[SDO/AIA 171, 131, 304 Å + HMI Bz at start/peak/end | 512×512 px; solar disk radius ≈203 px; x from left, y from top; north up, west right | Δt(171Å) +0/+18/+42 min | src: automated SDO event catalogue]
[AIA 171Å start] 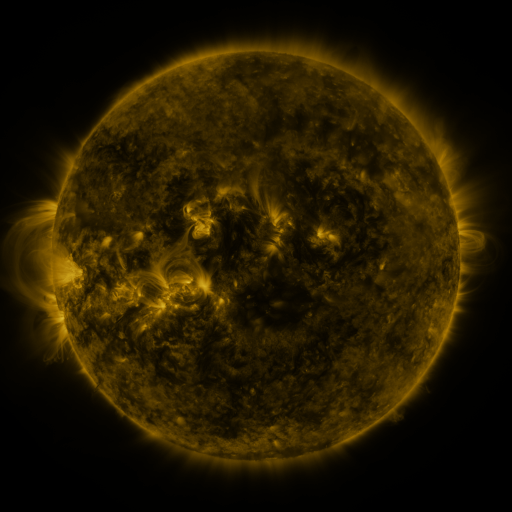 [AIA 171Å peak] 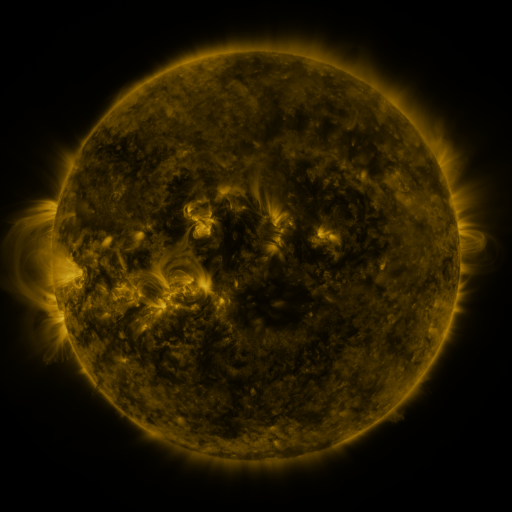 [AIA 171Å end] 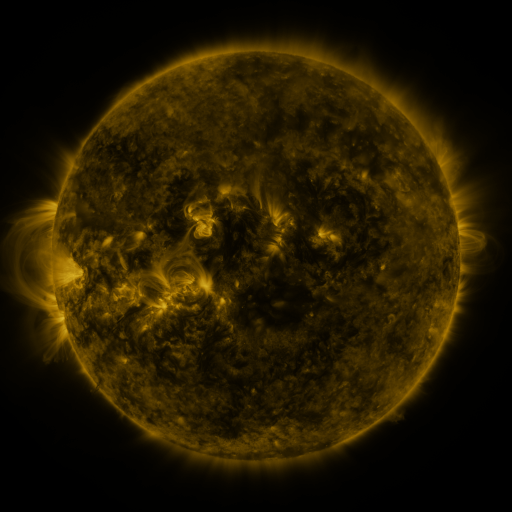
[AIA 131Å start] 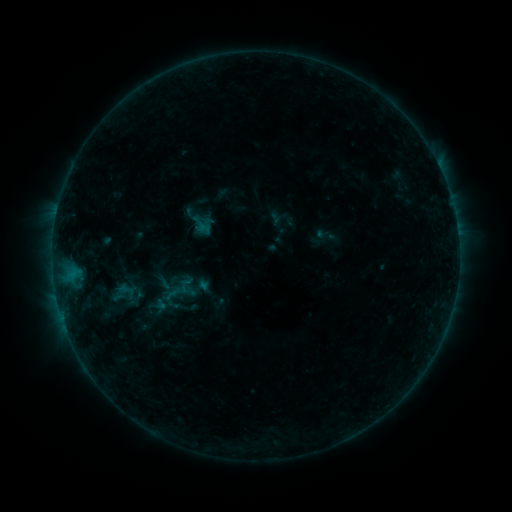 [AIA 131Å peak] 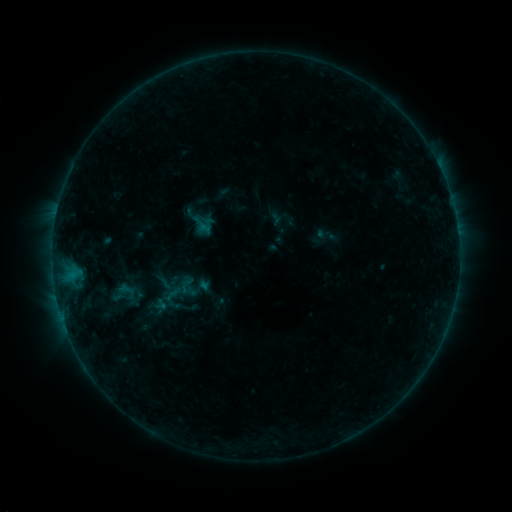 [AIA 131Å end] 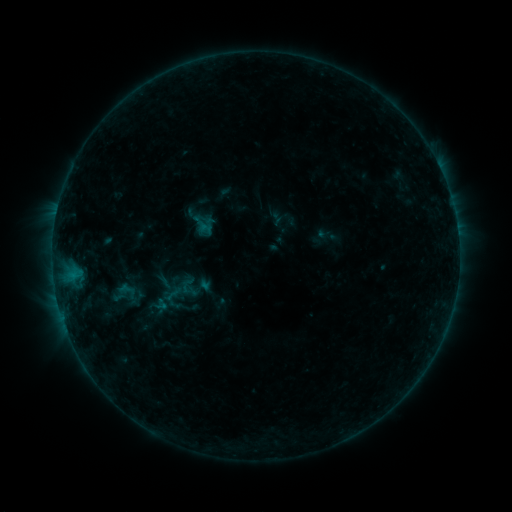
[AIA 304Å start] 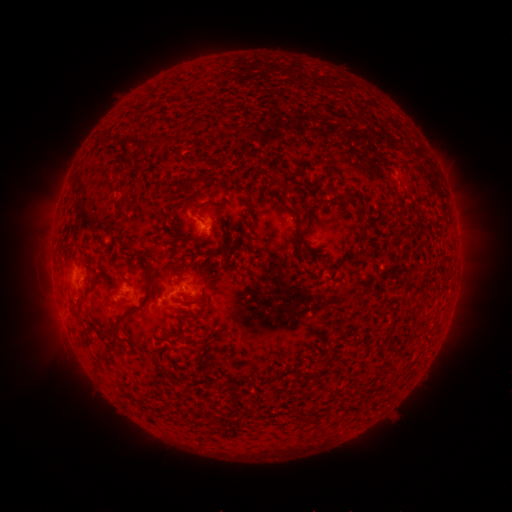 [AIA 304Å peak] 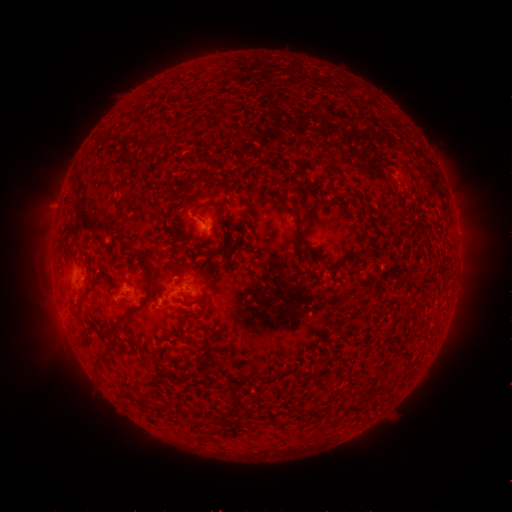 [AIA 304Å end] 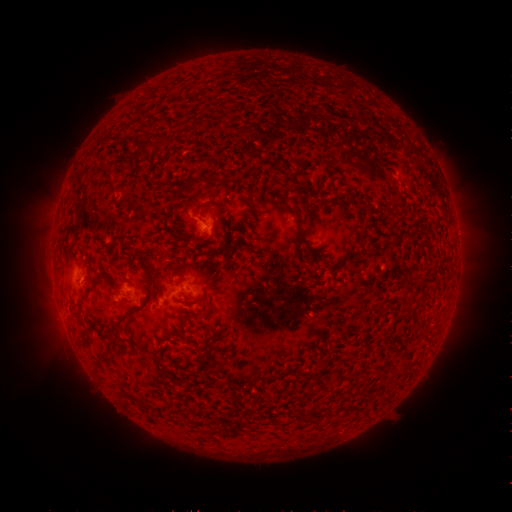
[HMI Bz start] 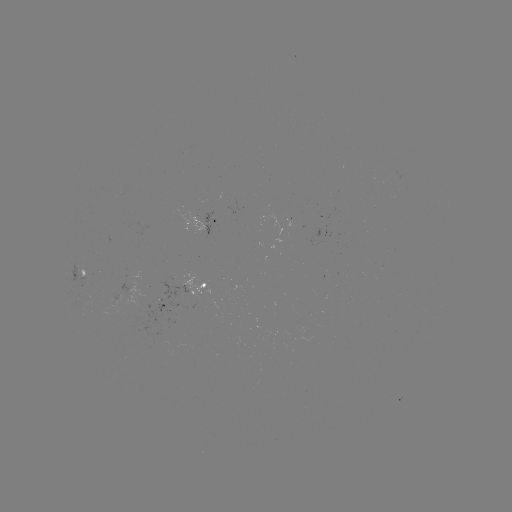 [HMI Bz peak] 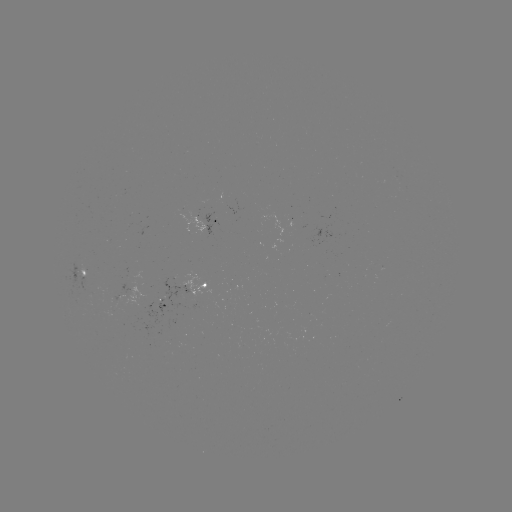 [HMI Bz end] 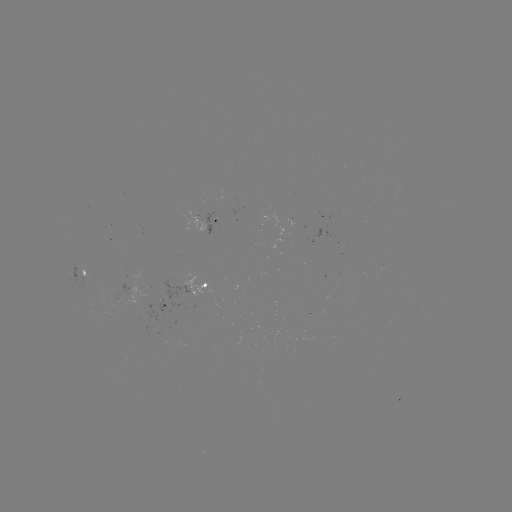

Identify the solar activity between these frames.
nothing was catalogued: no classed flare, no EUV trigger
